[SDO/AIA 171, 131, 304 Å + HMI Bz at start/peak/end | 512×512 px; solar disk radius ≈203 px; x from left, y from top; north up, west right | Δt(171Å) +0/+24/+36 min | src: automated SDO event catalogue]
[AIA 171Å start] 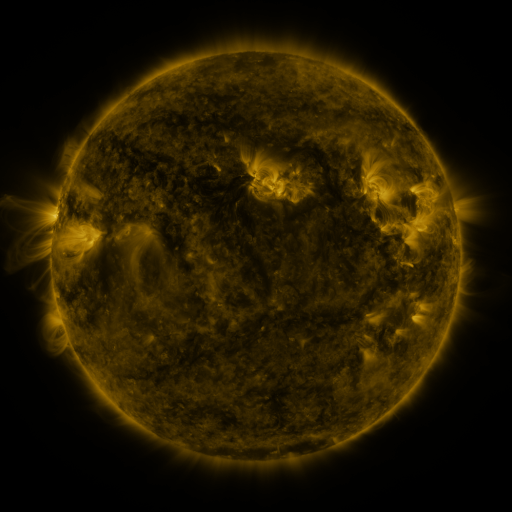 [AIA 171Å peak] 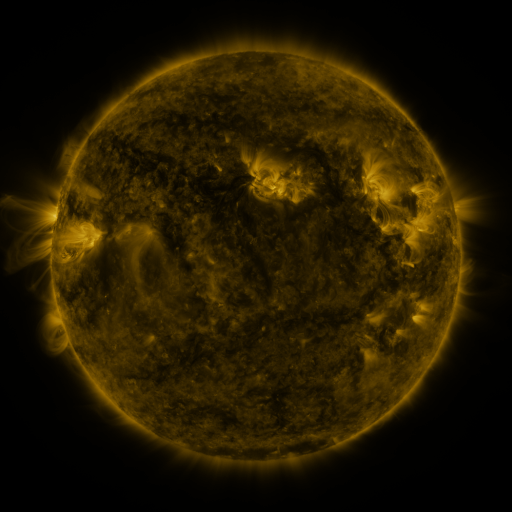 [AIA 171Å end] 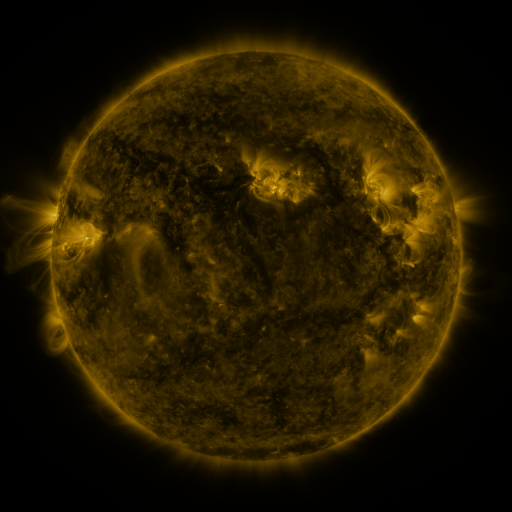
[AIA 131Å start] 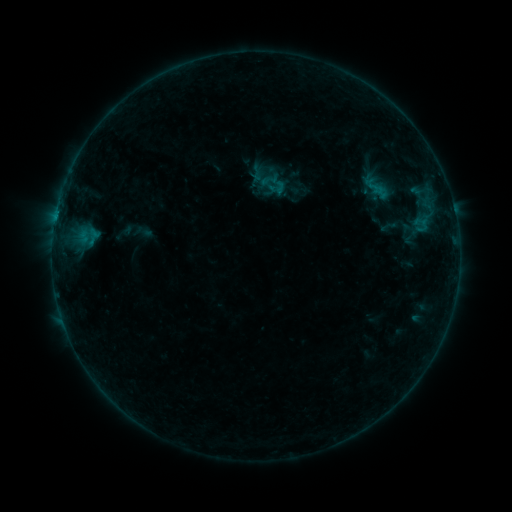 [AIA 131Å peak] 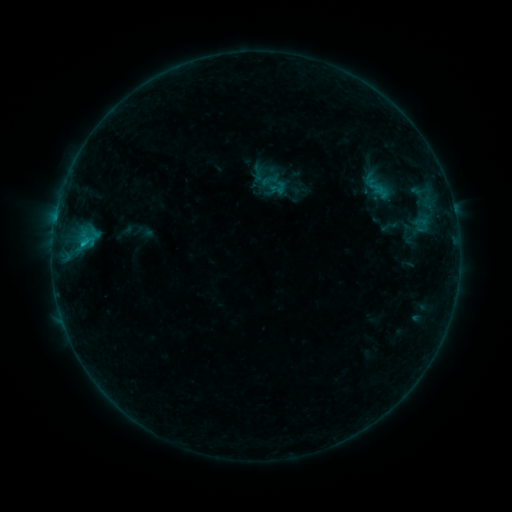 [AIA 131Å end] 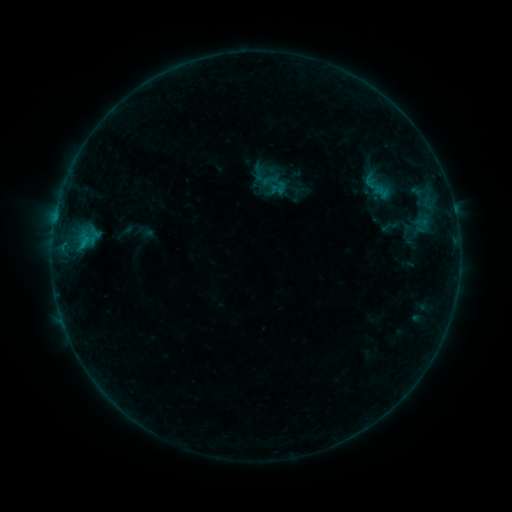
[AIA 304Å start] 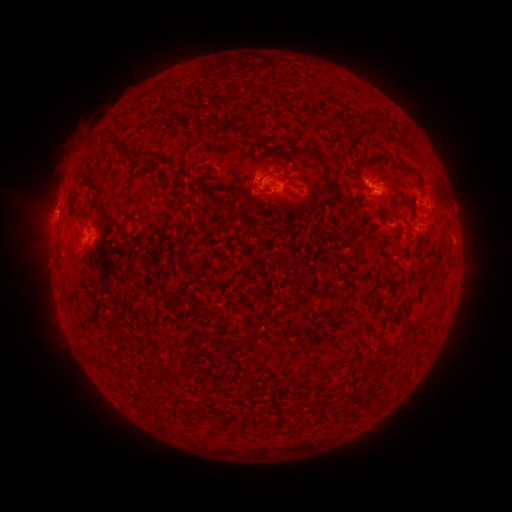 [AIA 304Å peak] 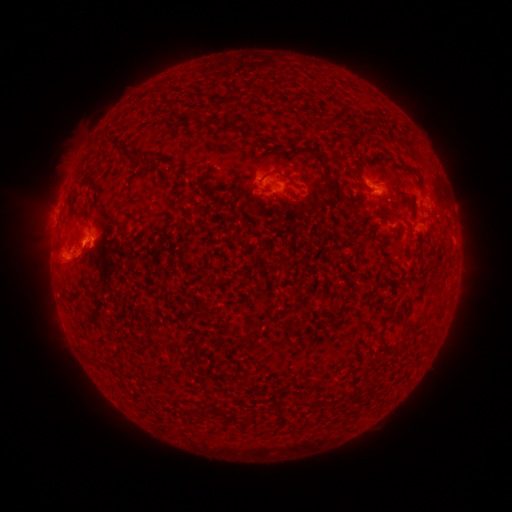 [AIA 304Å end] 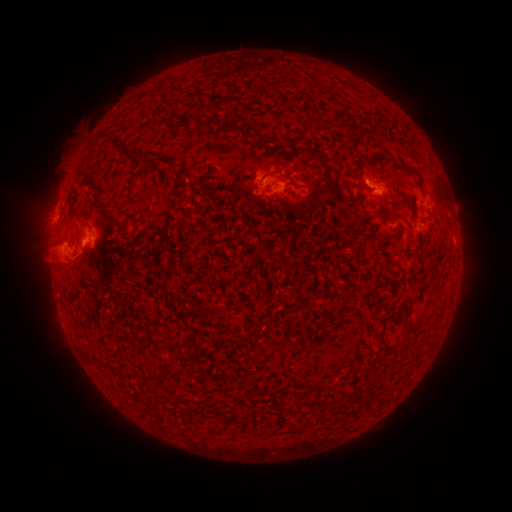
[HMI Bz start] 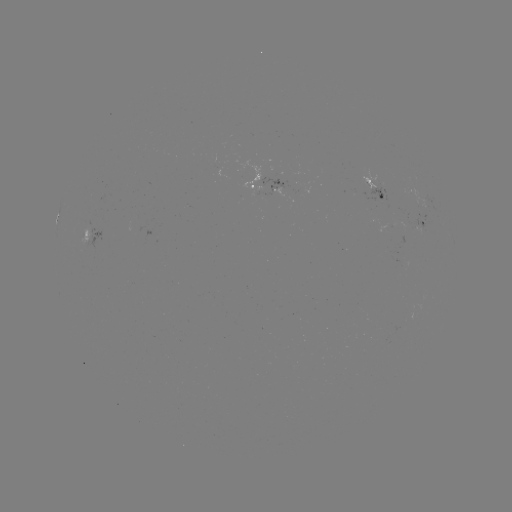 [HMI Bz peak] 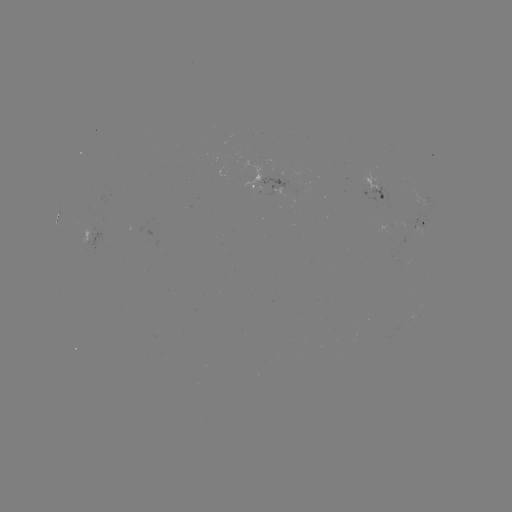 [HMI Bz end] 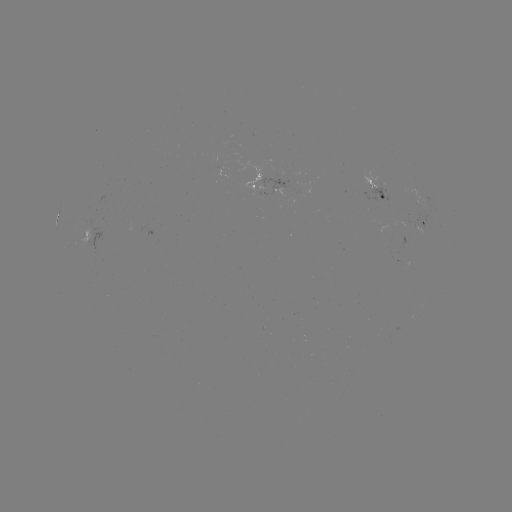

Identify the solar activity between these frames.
B6.9 flare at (85, 245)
